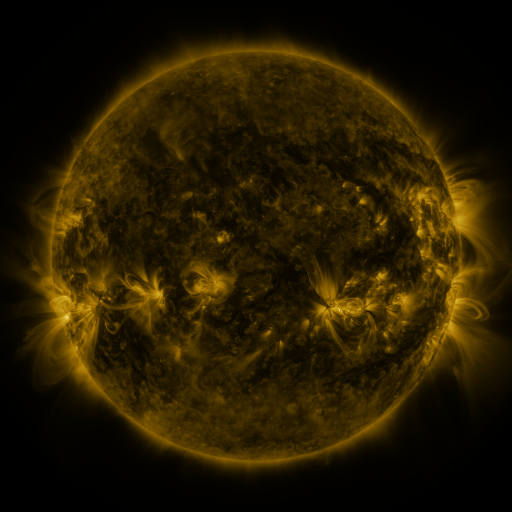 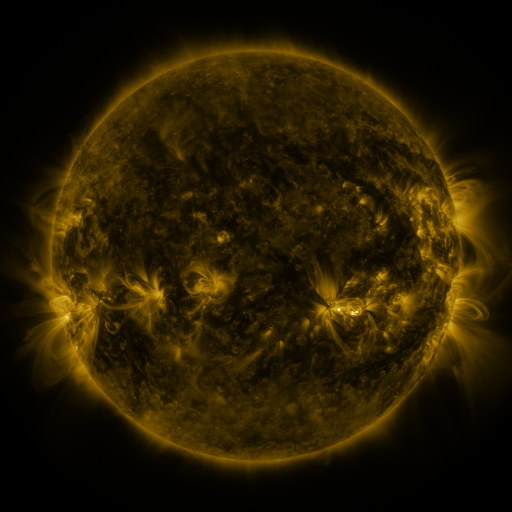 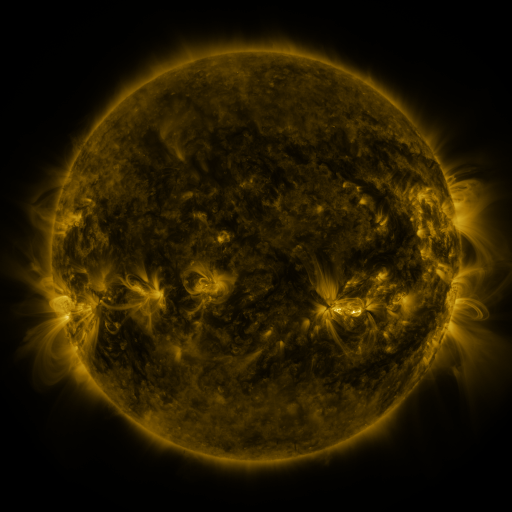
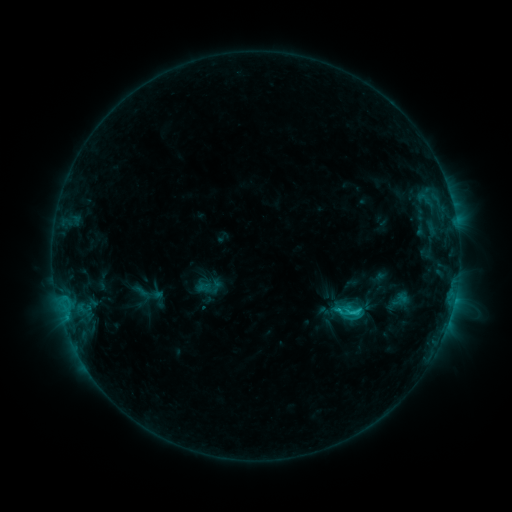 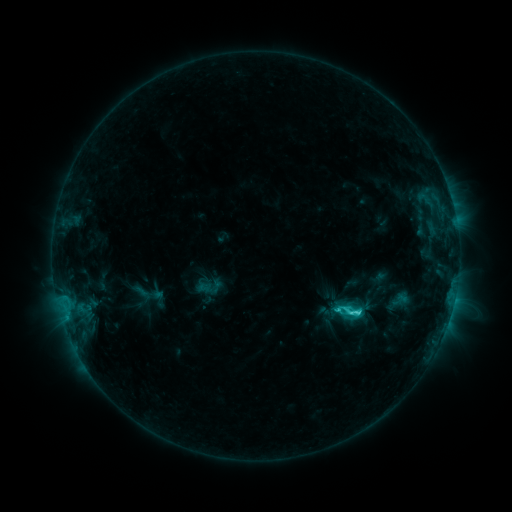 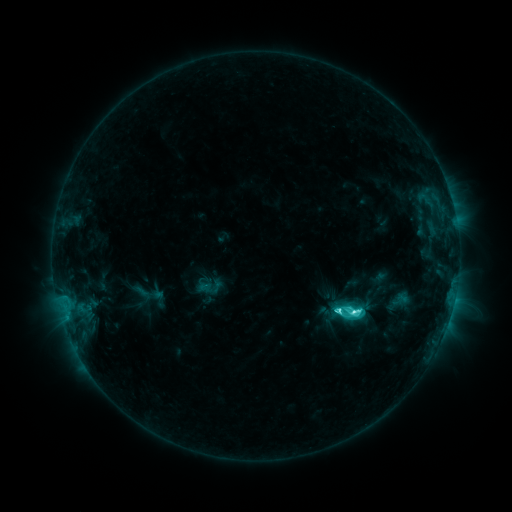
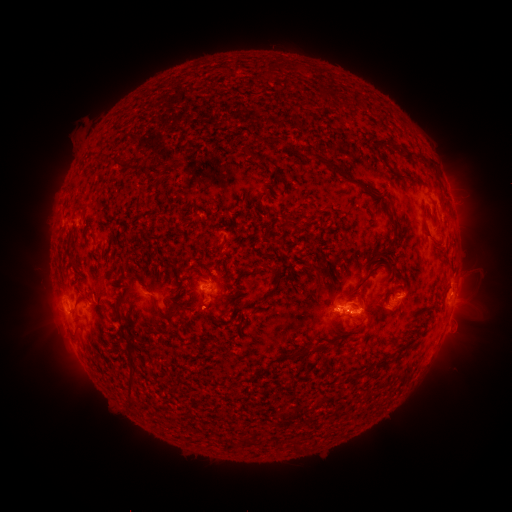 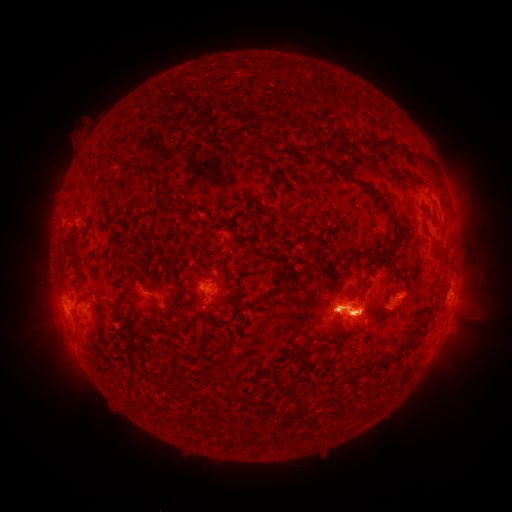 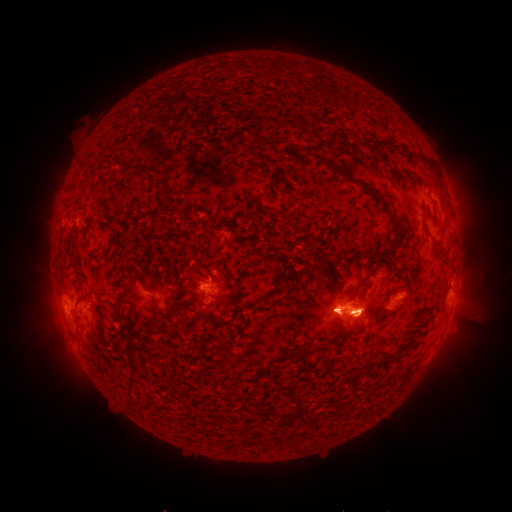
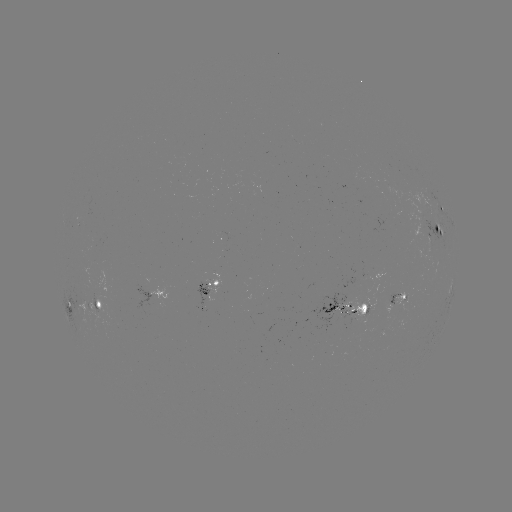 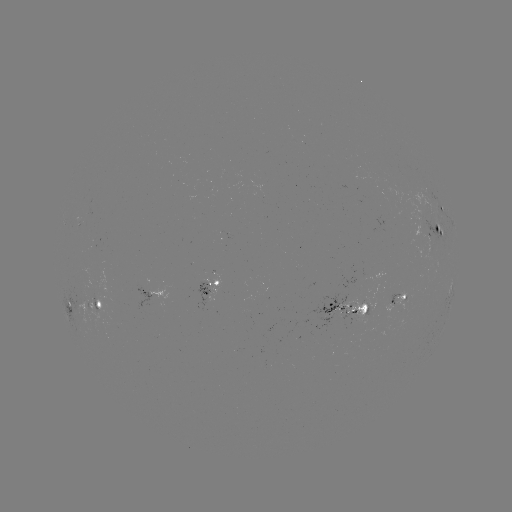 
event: flare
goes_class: C8.5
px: (356, 310)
